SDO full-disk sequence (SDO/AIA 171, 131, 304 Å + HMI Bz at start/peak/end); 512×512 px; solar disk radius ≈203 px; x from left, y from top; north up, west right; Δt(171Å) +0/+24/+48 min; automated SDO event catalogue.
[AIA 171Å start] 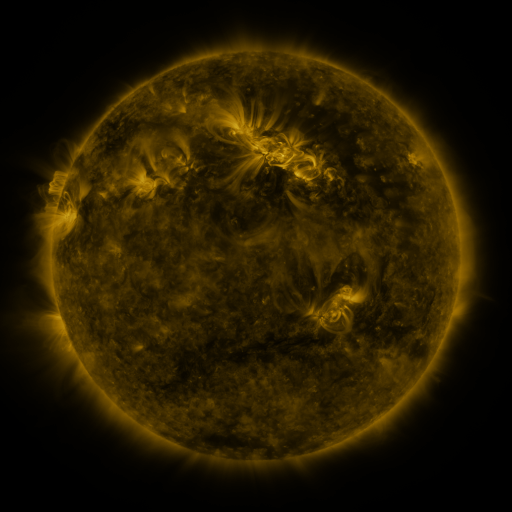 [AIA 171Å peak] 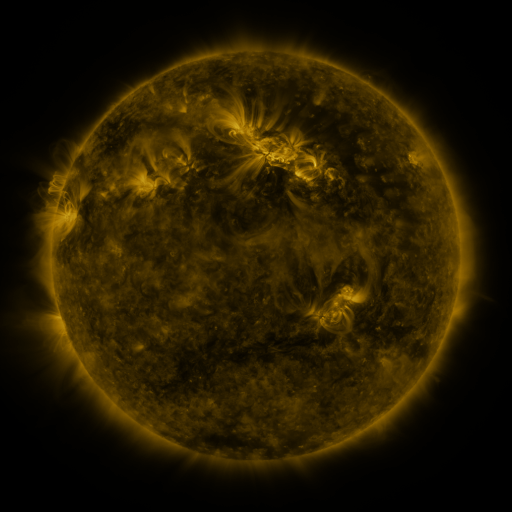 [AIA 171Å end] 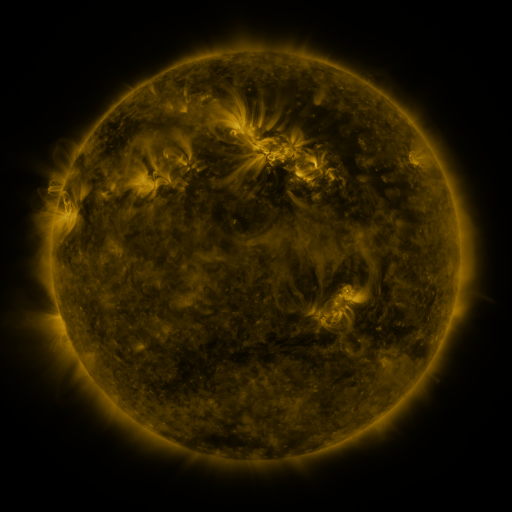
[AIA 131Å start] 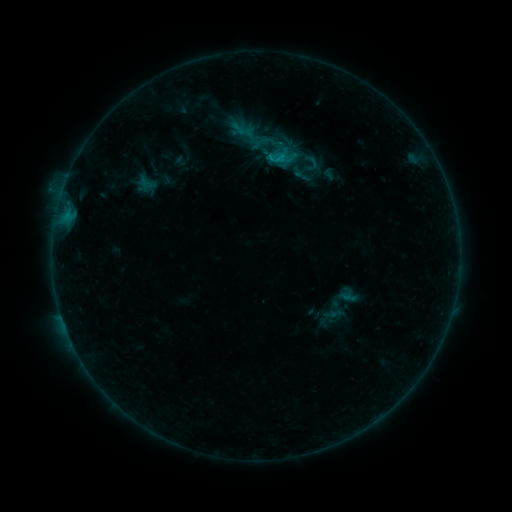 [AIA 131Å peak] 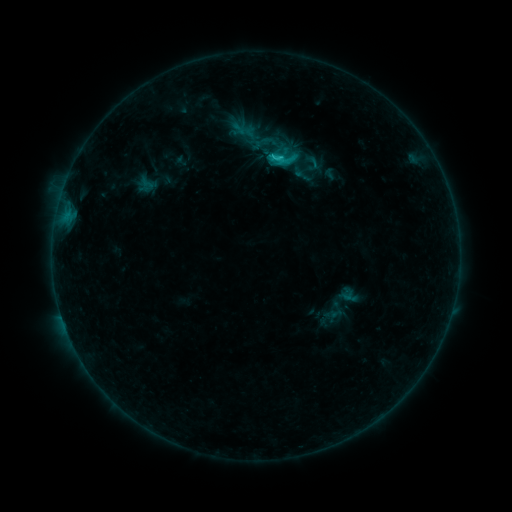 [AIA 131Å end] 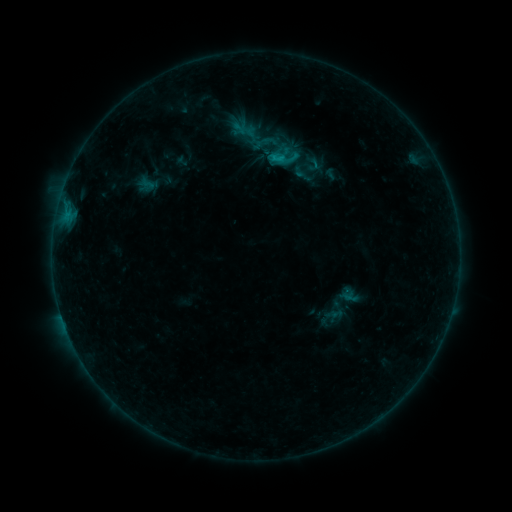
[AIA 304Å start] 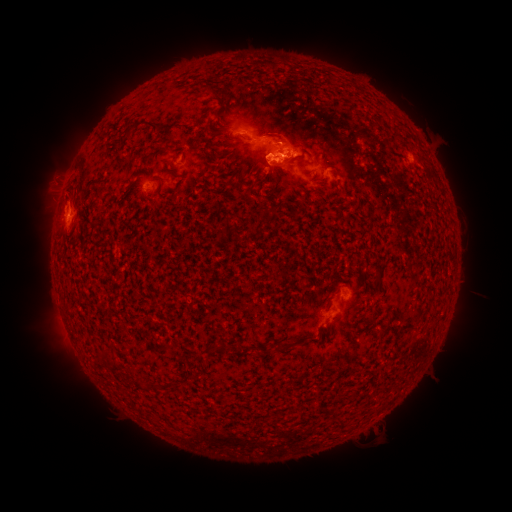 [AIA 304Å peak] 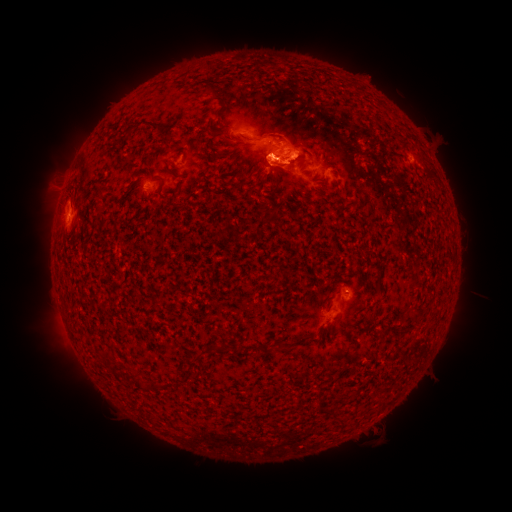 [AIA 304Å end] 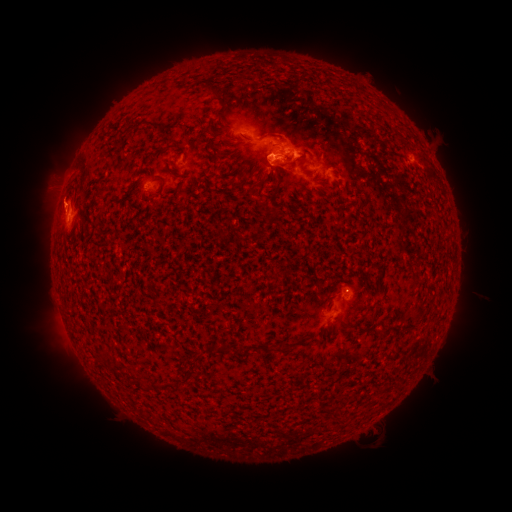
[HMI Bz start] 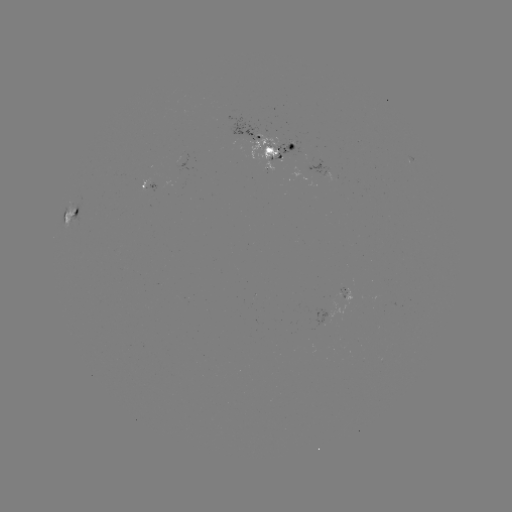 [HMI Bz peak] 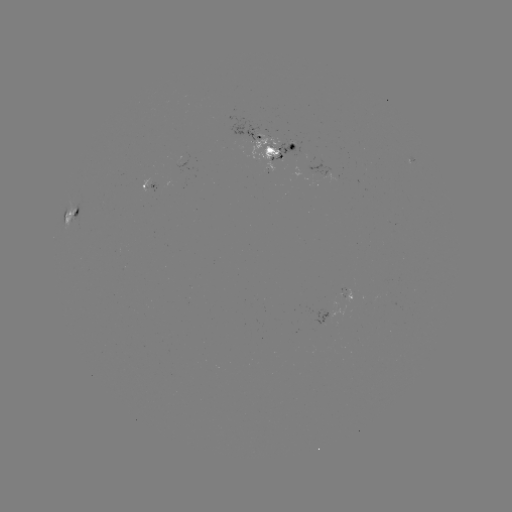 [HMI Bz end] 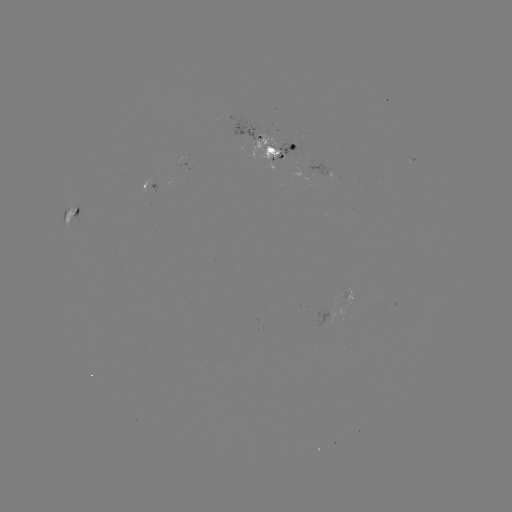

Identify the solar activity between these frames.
emerging-flux region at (347, 293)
